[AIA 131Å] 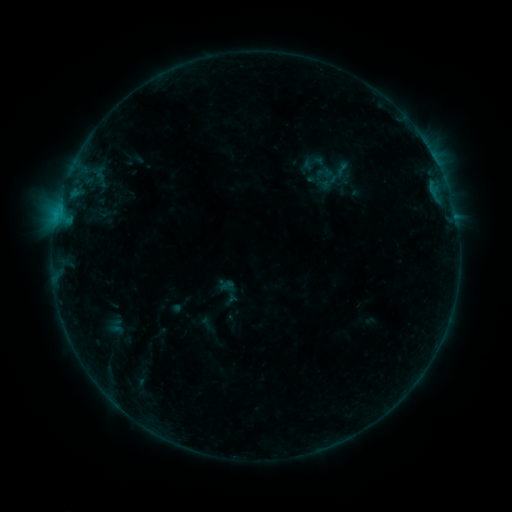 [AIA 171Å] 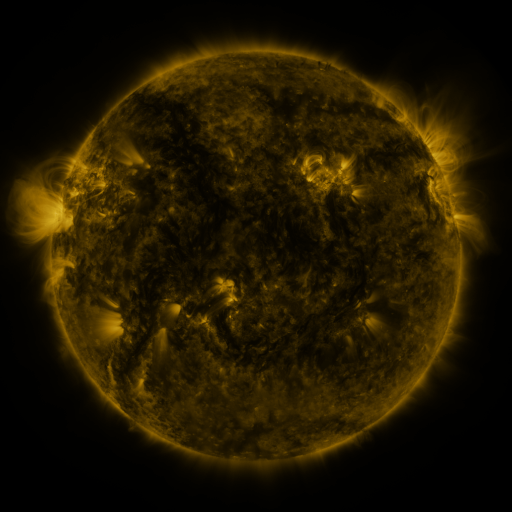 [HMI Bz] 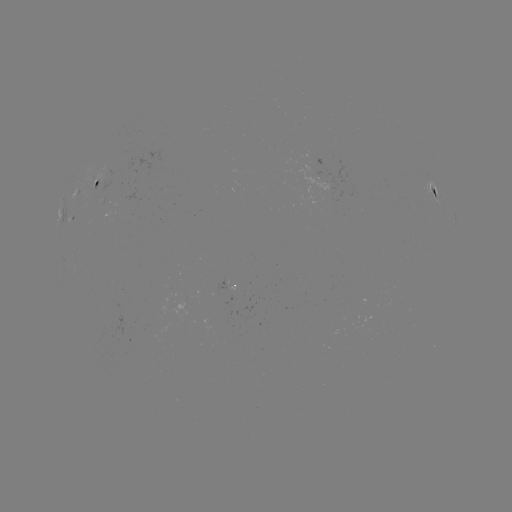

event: sigmoid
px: (313, 162)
